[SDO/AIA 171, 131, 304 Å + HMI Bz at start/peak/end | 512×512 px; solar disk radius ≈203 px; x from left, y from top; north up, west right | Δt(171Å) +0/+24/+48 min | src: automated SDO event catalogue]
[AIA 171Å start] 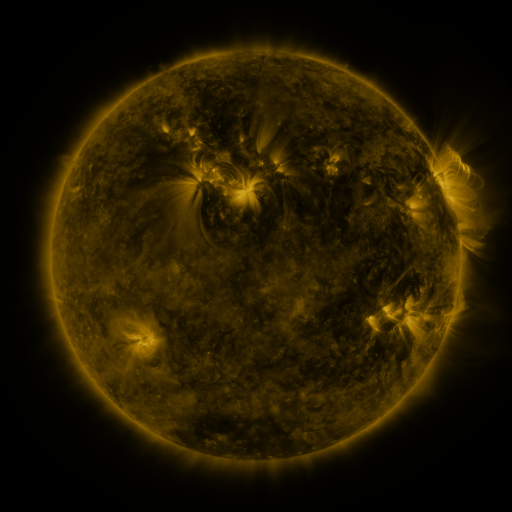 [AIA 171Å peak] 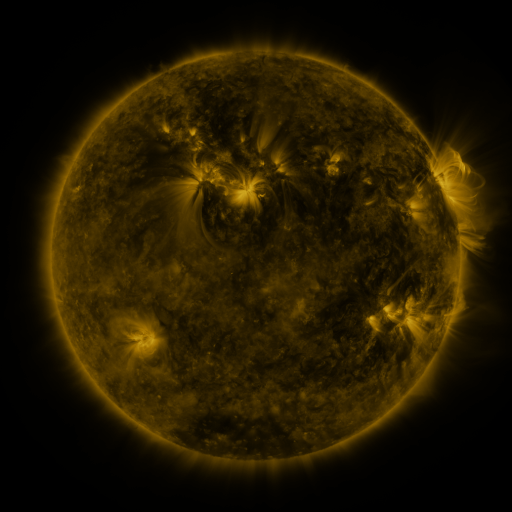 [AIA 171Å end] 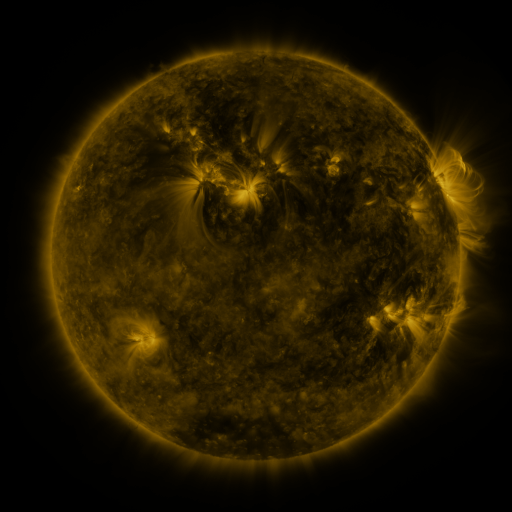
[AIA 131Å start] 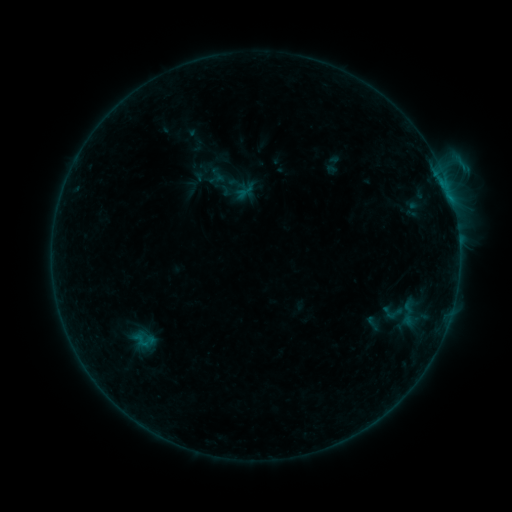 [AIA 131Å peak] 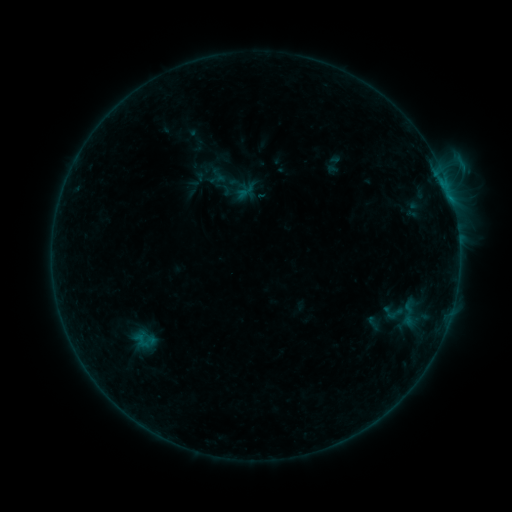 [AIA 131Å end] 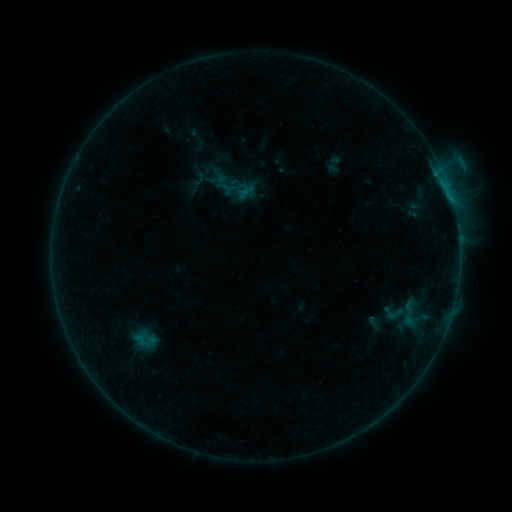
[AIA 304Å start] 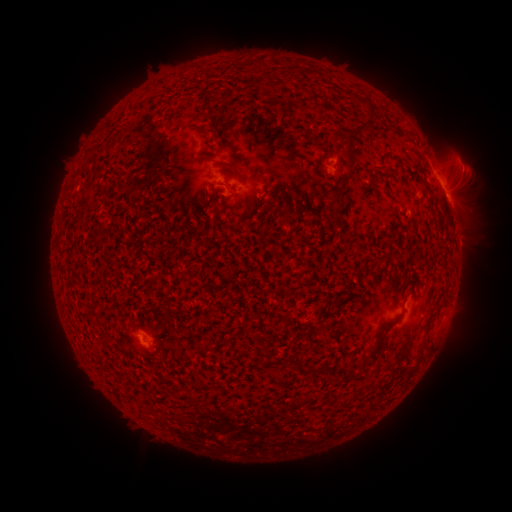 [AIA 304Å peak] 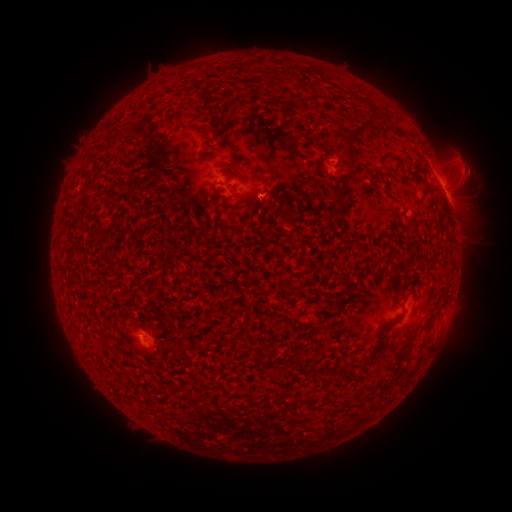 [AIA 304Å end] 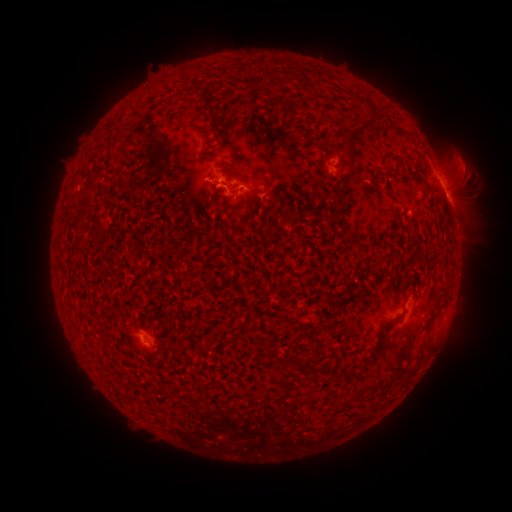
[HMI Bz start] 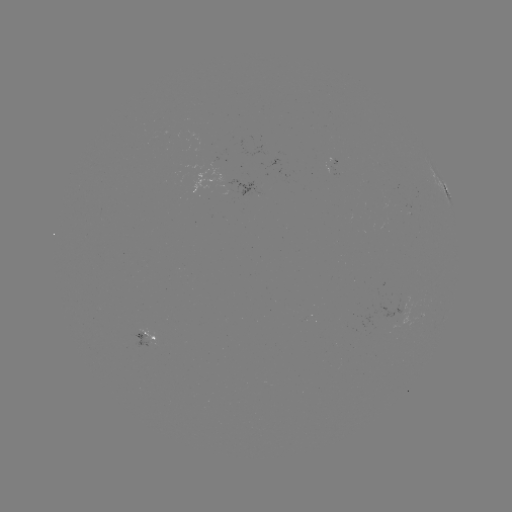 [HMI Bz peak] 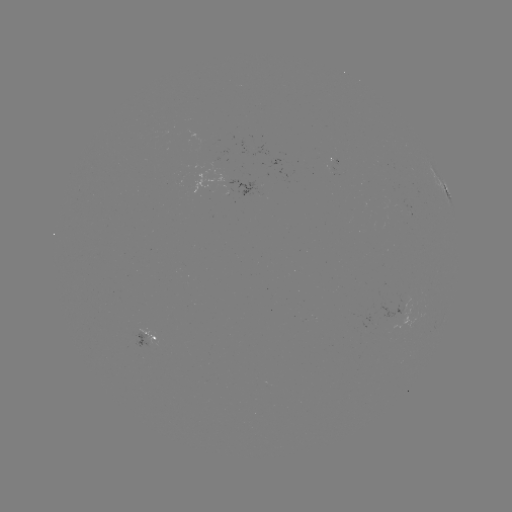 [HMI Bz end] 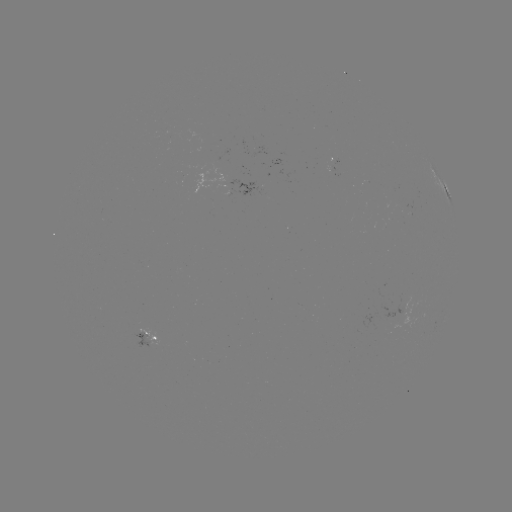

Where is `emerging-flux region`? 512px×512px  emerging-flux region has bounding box [395, 304, 404, 315].